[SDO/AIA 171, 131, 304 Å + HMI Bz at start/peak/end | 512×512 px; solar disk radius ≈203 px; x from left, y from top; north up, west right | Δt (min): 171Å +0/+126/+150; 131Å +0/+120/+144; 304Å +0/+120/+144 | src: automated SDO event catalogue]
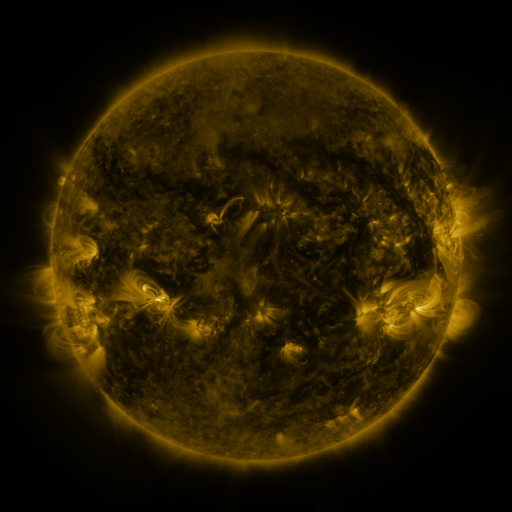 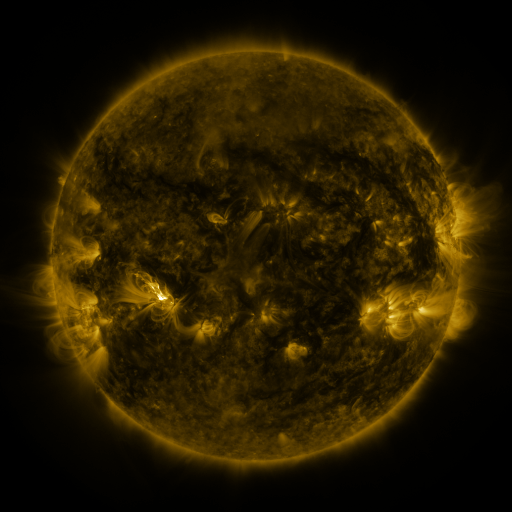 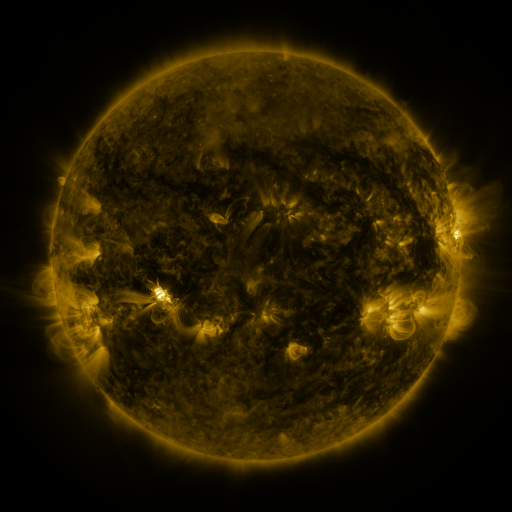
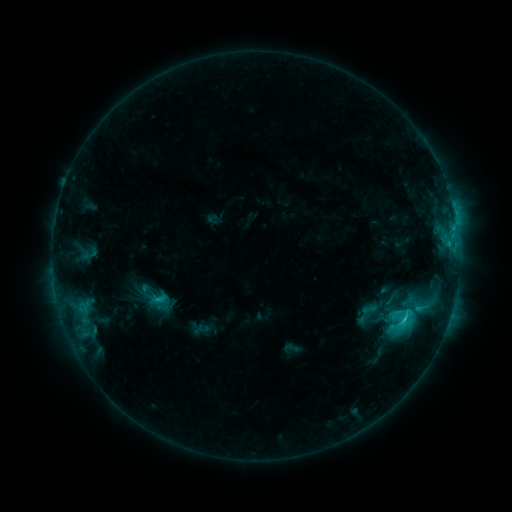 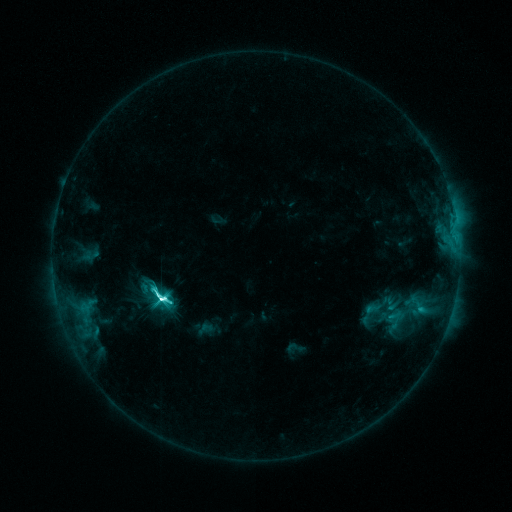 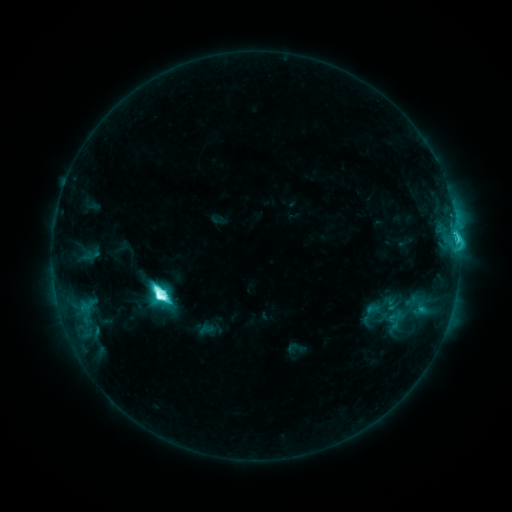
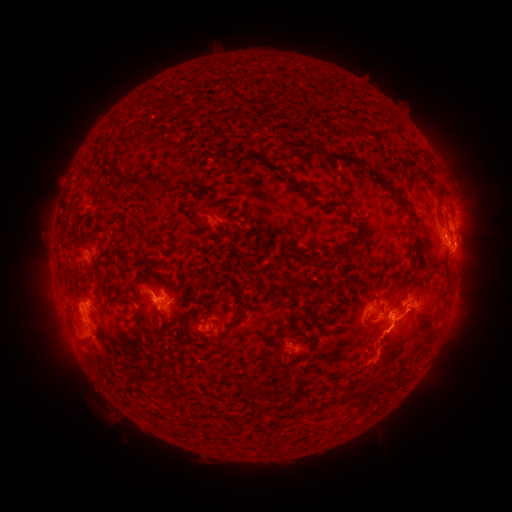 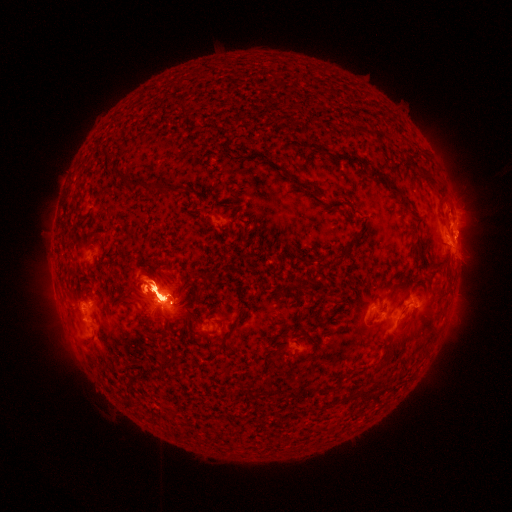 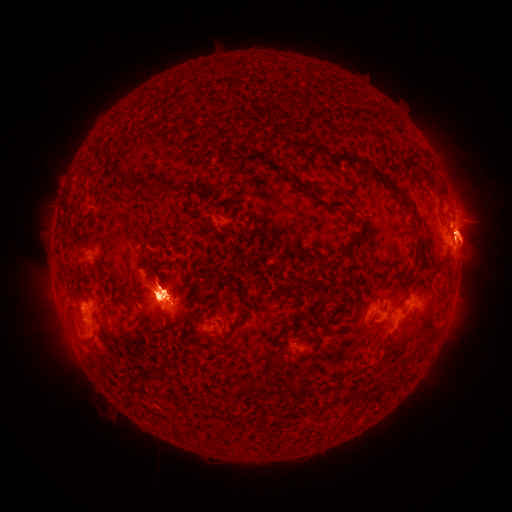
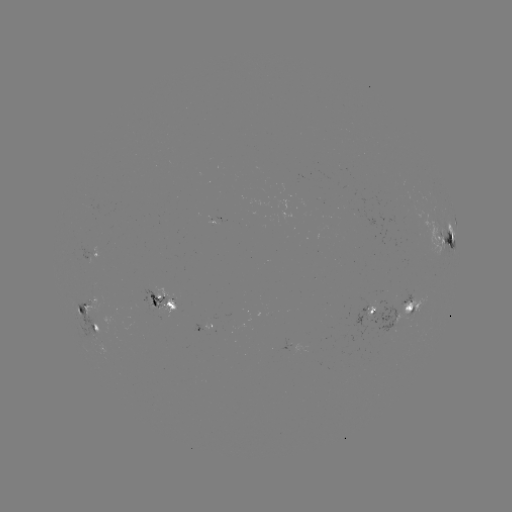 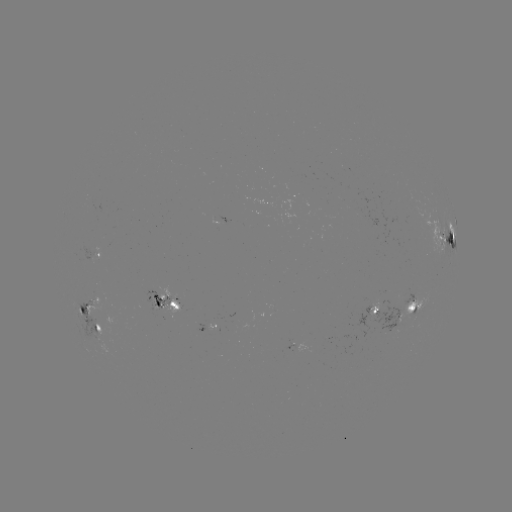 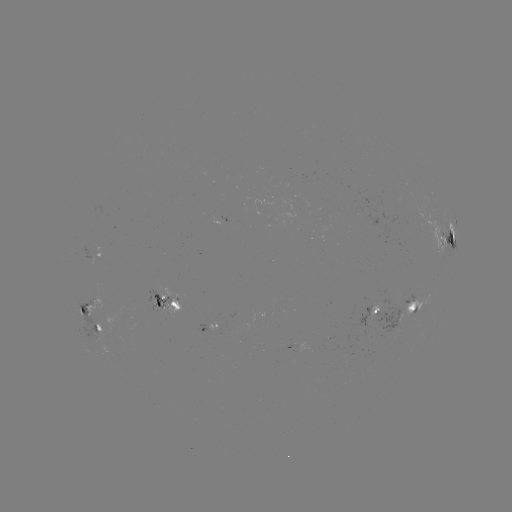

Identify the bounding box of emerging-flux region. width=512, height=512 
[368, 299, 380, 319].